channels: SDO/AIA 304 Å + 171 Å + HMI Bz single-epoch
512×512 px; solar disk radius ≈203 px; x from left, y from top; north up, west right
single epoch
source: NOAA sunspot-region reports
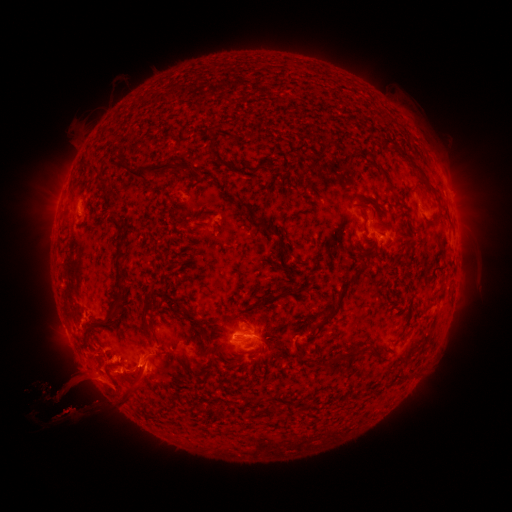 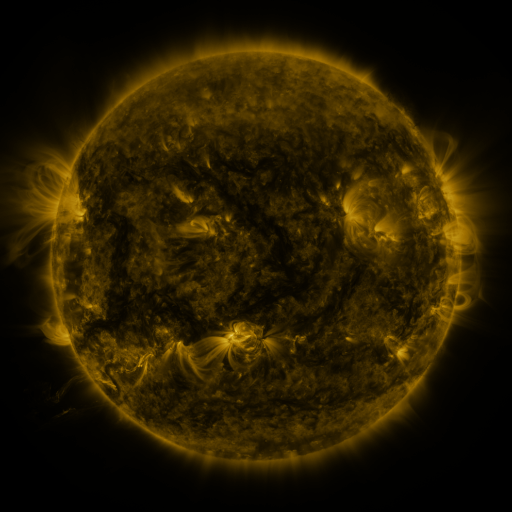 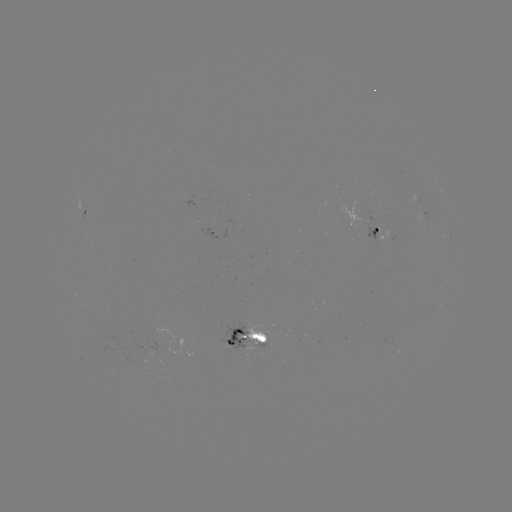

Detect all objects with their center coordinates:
spotted active region: (422, 200)
spotted active region: (85, 214)
spotted active region: (214, 234)
spotted active region: (379, 234)
spotted active region: (441, 305)
spotted active region: (249, 336)
